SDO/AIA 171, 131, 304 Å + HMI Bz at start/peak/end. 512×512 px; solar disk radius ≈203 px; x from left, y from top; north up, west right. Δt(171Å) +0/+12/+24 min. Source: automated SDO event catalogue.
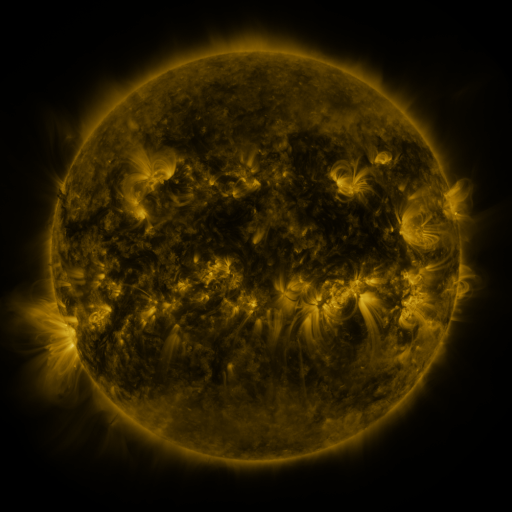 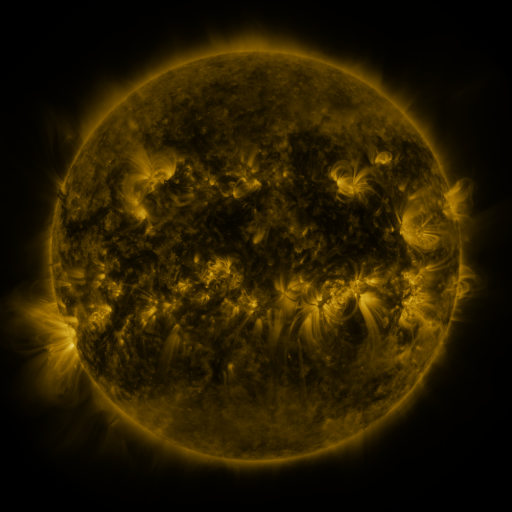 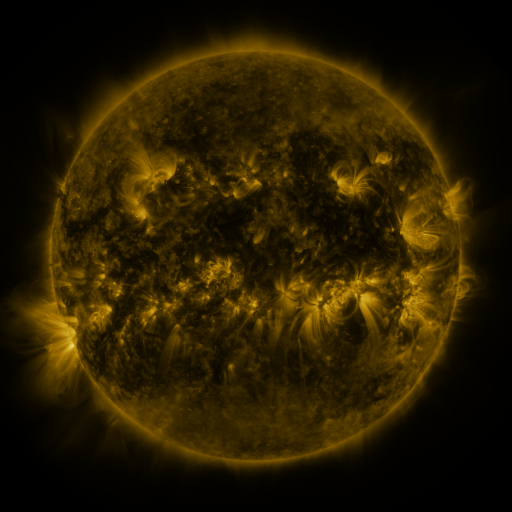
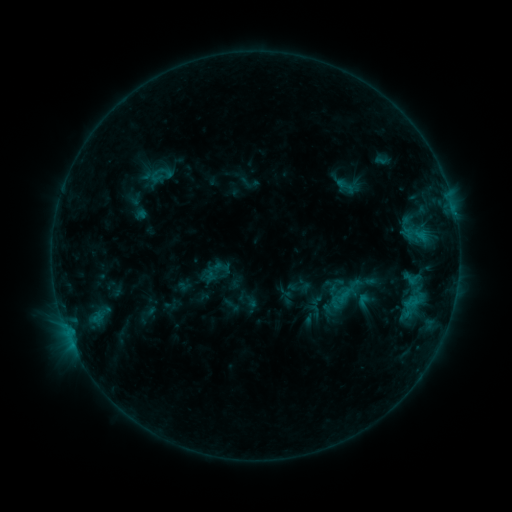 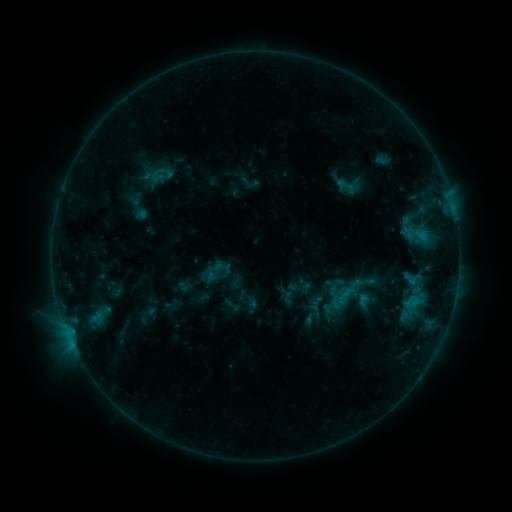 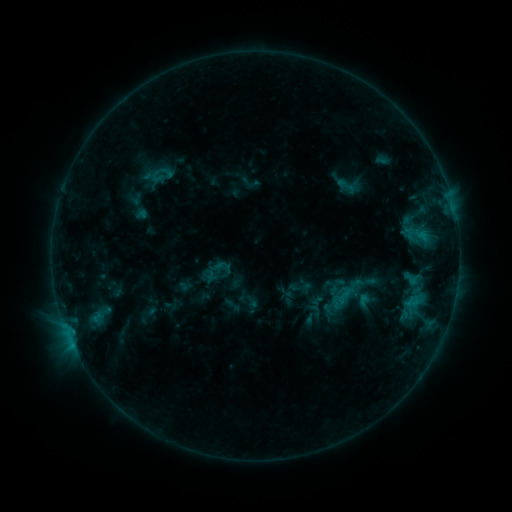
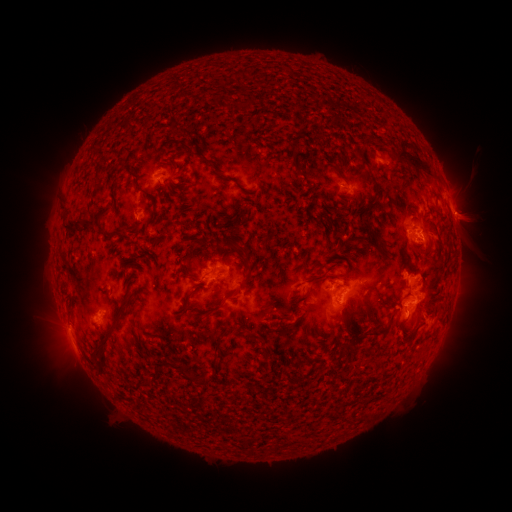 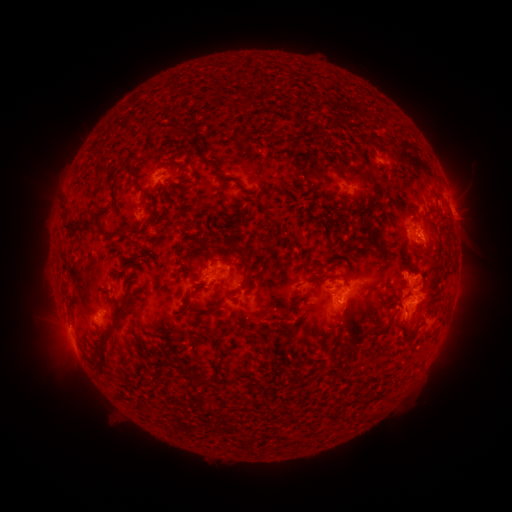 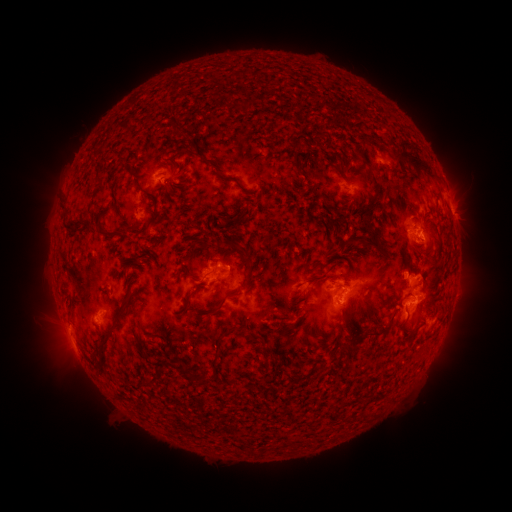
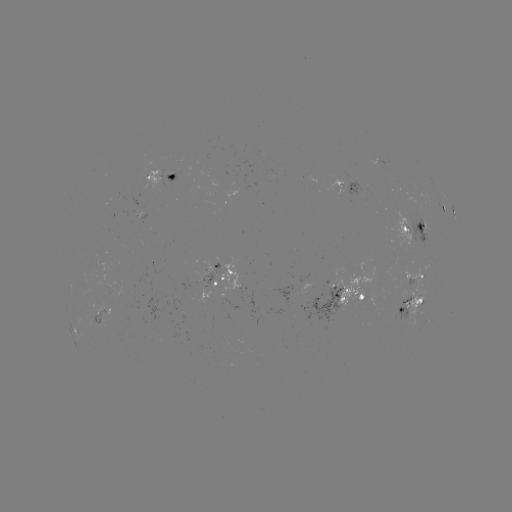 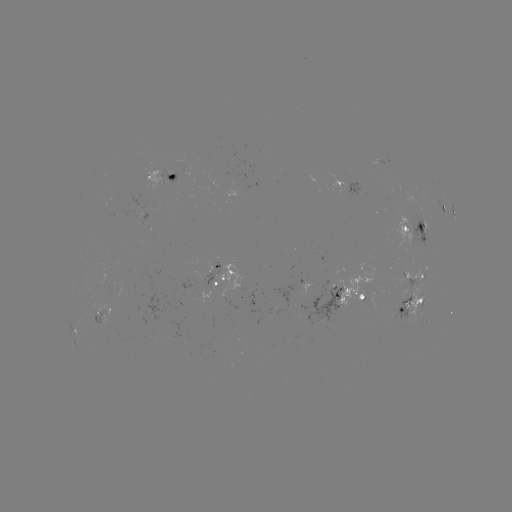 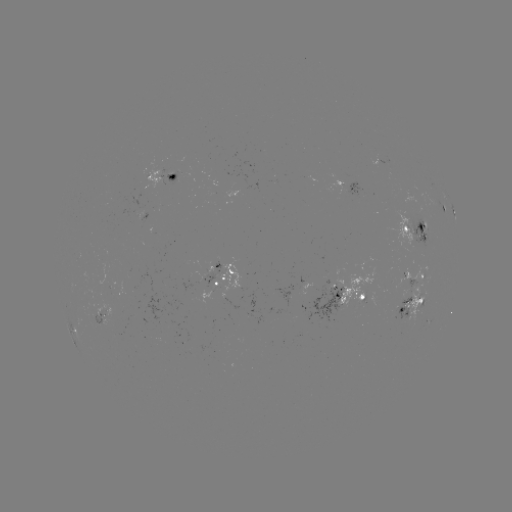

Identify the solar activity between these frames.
nothing was catalogued: no classed flare, no EUV trigger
